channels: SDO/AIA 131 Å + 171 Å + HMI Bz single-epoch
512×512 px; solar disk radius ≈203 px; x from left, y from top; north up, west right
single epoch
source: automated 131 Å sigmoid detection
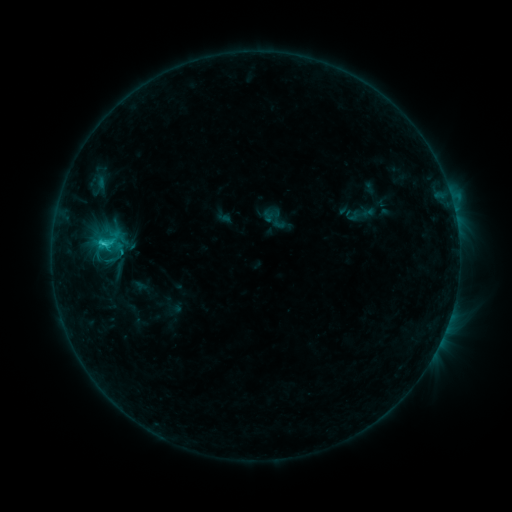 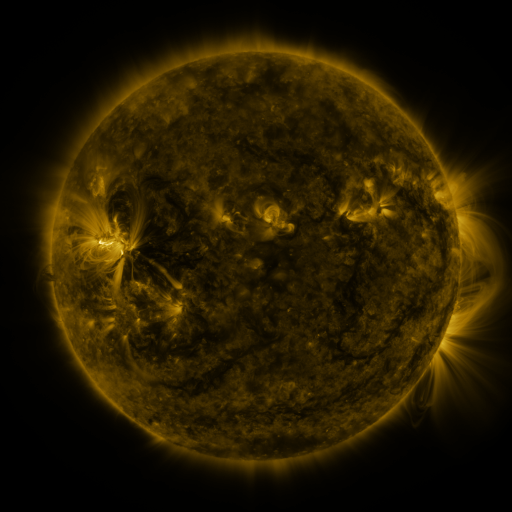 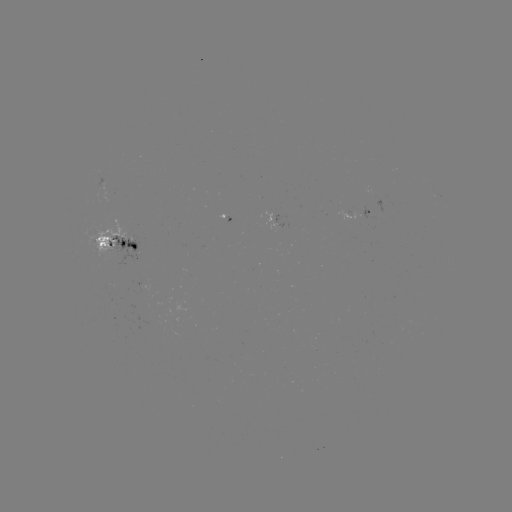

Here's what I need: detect sigmoid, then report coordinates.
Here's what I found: sigmoid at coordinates [108, 240].